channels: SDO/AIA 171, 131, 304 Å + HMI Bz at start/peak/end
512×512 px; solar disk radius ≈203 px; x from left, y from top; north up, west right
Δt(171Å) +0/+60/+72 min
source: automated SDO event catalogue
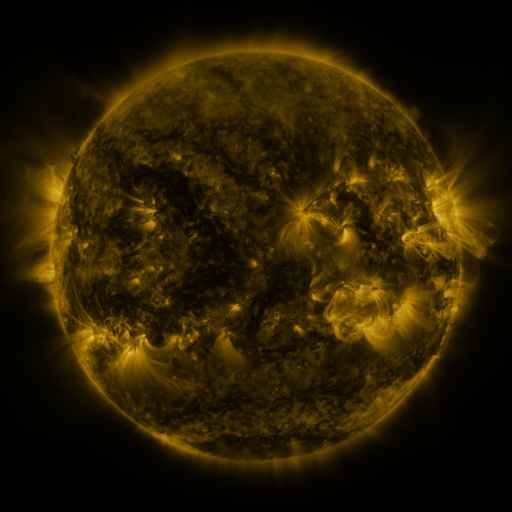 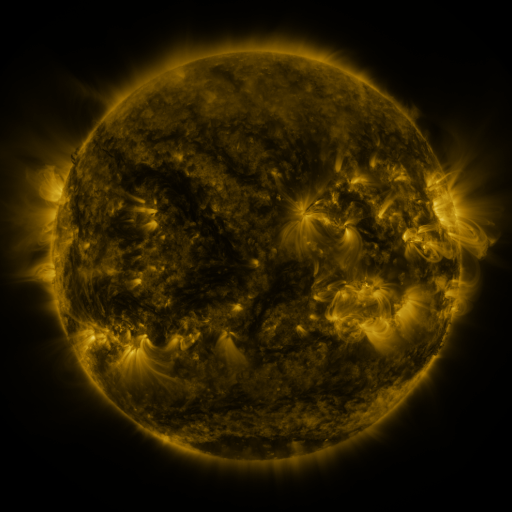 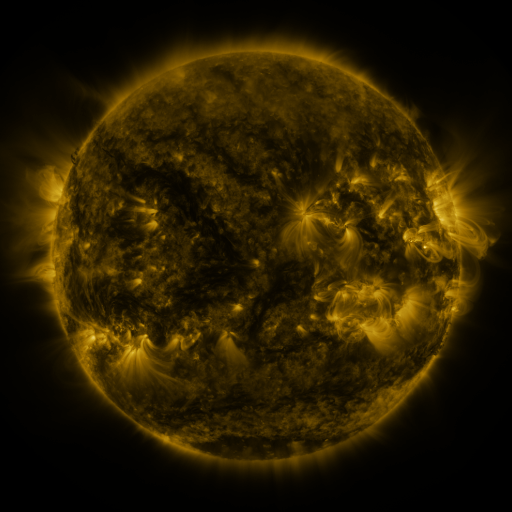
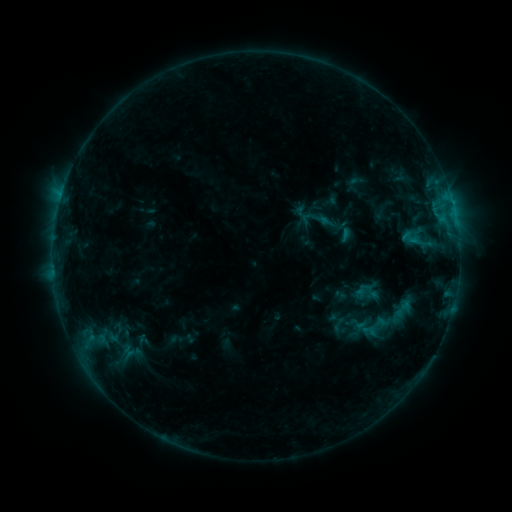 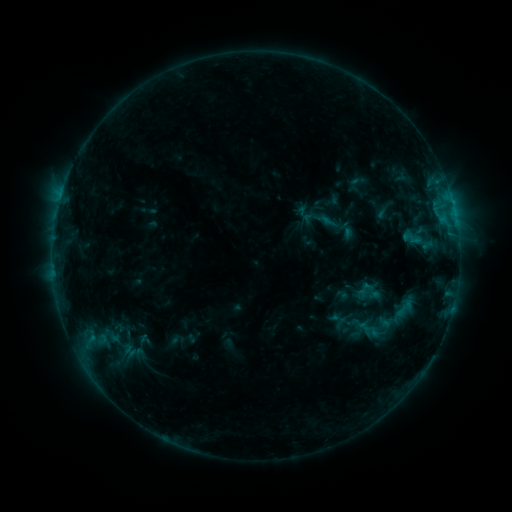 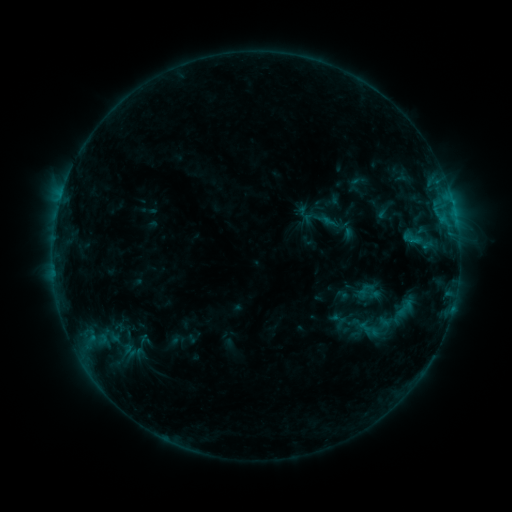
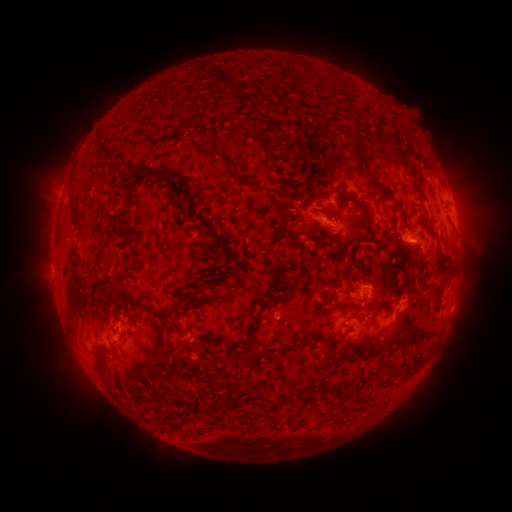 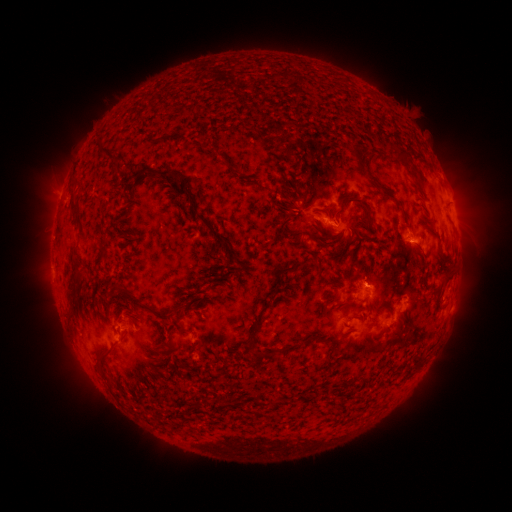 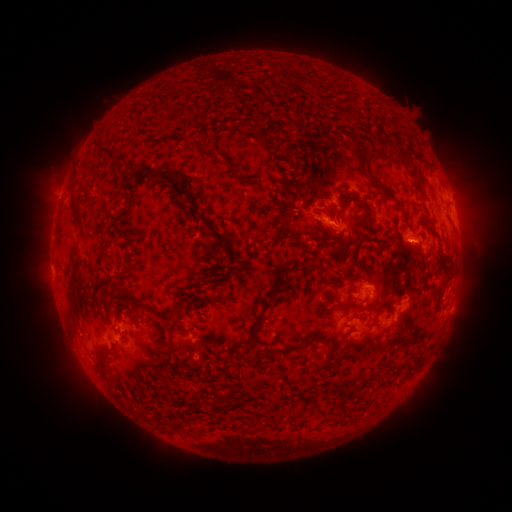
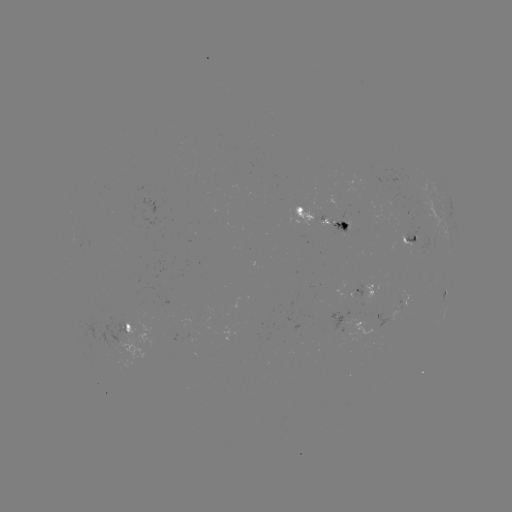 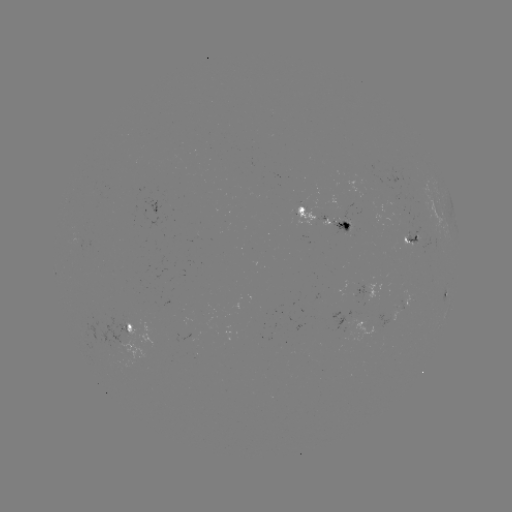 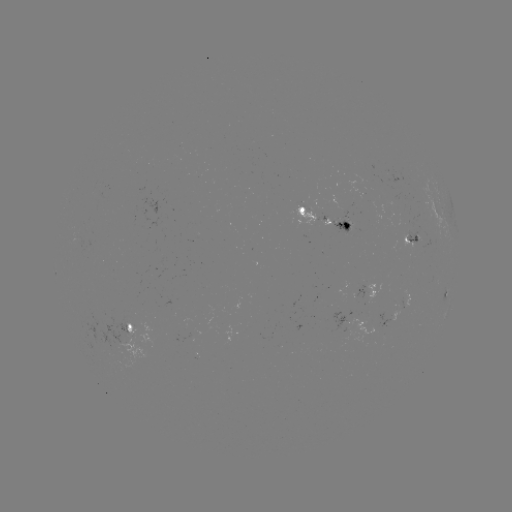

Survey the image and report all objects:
emerging-flux region: (406, 299)
